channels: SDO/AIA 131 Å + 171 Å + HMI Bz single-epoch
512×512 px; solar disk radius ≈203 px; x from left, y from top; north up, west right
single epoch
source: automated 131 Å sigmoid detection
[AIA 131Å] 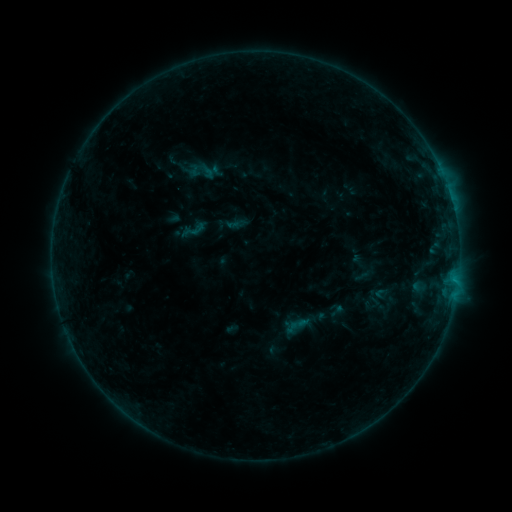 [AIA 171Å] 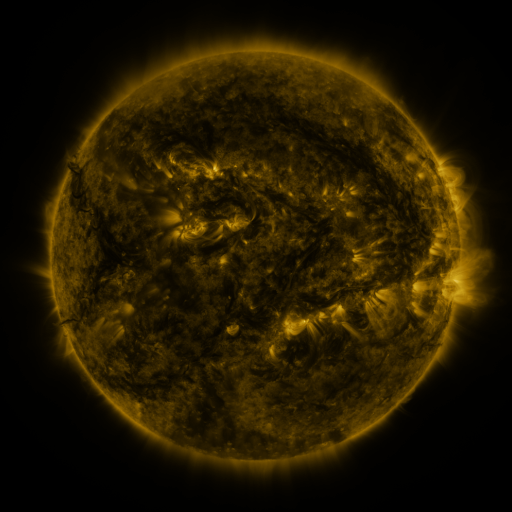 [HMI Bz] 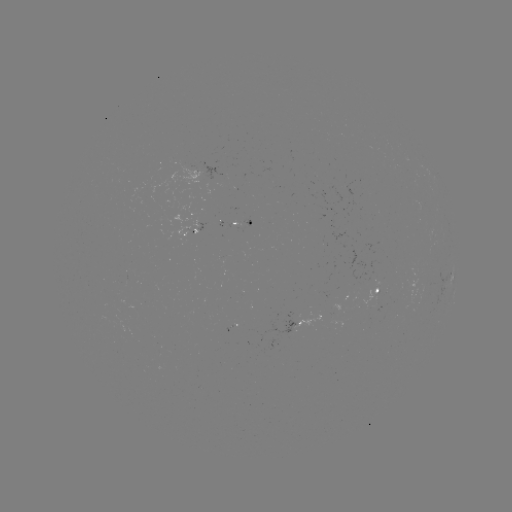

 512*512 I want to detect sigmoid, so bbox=[179, 215, 208, 244].